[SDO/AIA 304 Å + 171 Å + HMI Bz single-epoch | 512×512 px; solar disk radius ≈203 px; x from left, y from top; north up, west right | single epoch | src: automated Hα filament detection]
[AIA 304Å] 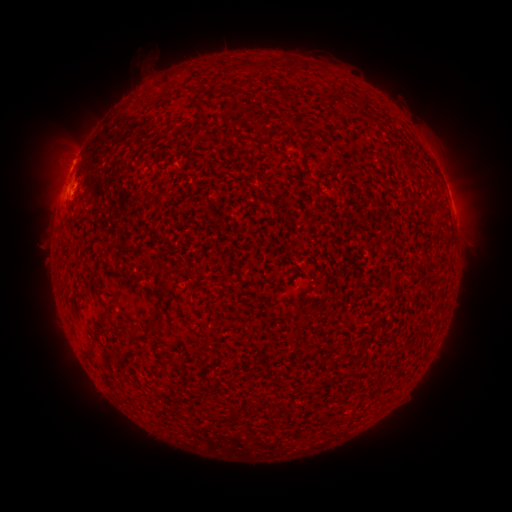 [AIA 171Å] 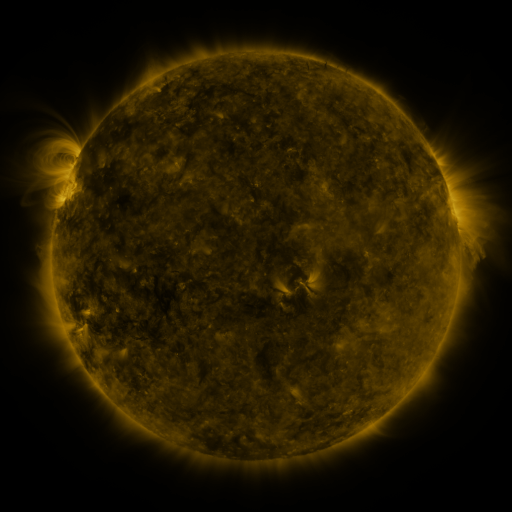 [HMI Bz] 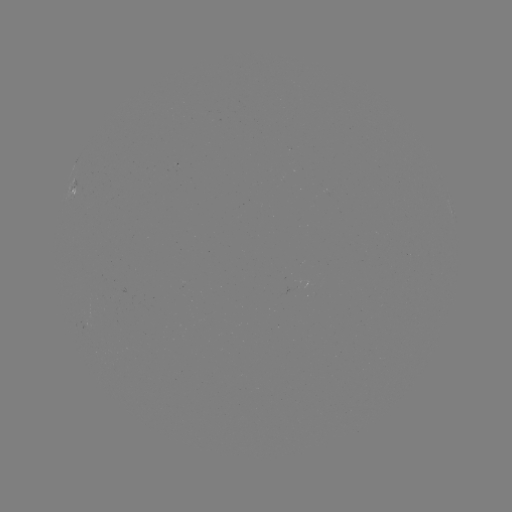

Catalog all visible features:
filament: (164, 77, 173, 88)
filament: (270, 100, 280, 110)
filament: (260, 137, 274, 145)
filament: (163, 266, 183, 277)
filament: (144, 303, 162, 331)
filament: (98, 312, 106, 321)
filament: (127, 327, 150, 341)
filament: (230, 408, 238, 419)
